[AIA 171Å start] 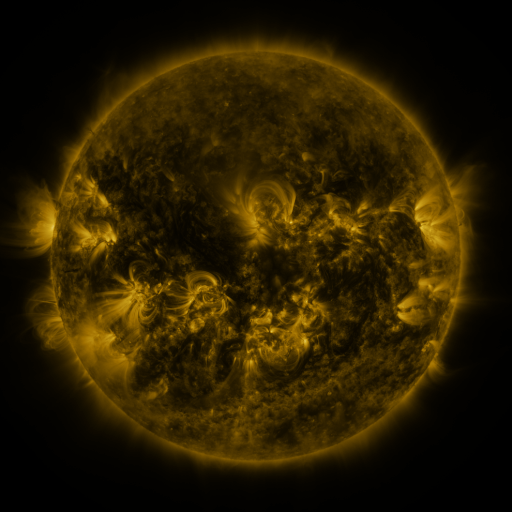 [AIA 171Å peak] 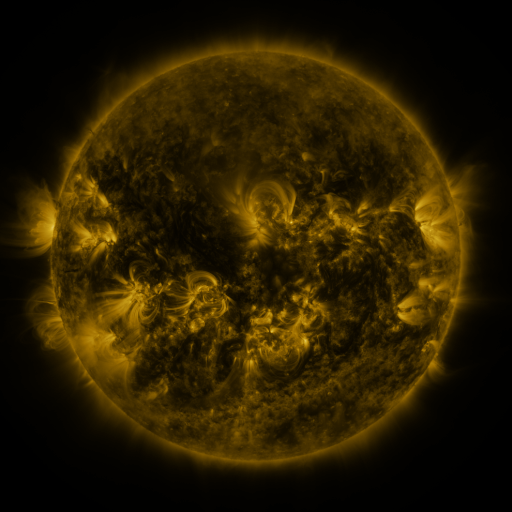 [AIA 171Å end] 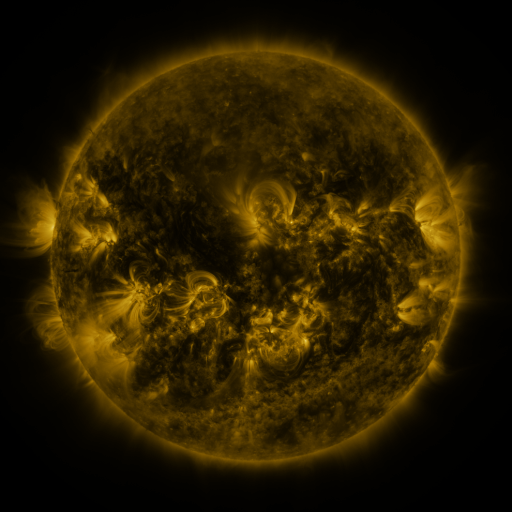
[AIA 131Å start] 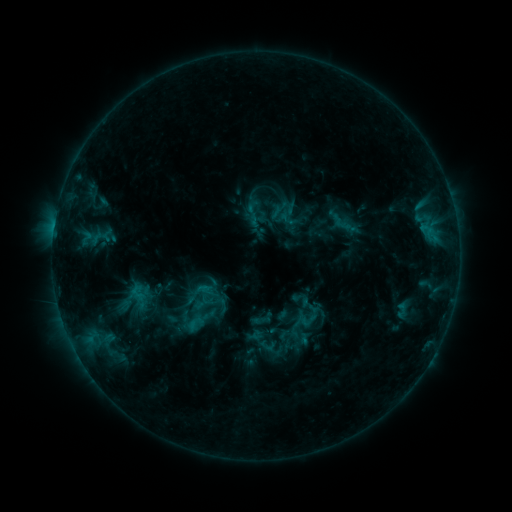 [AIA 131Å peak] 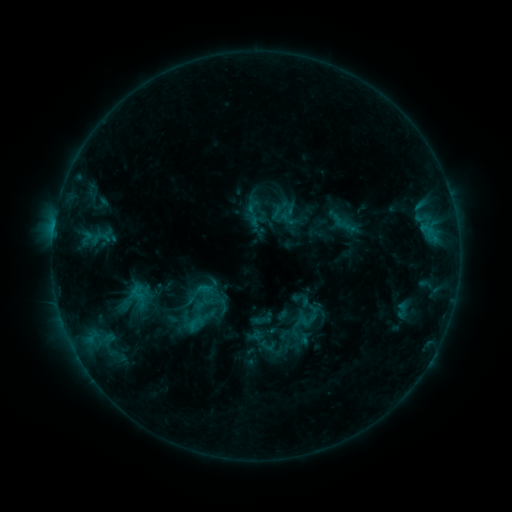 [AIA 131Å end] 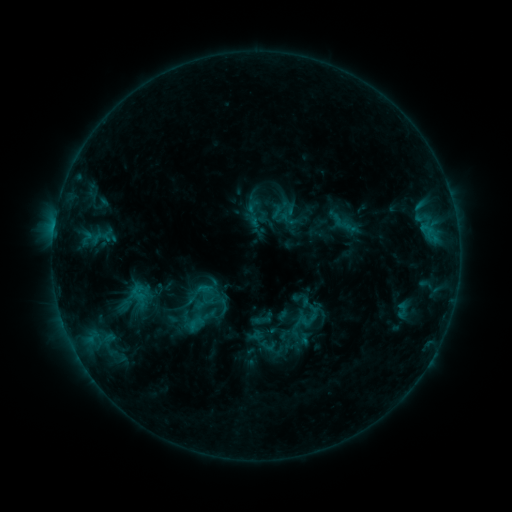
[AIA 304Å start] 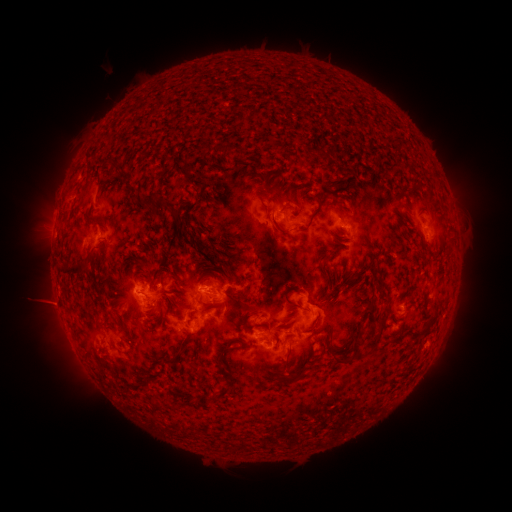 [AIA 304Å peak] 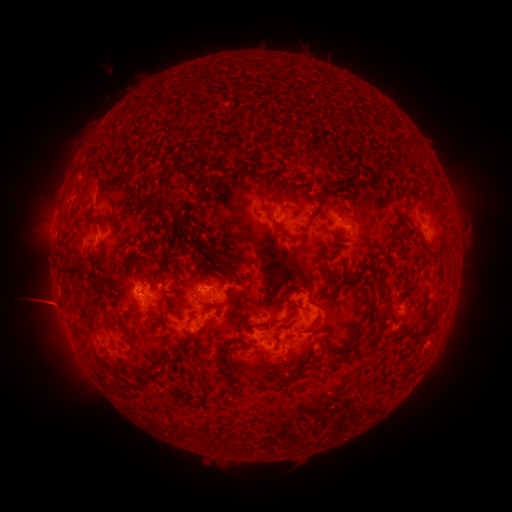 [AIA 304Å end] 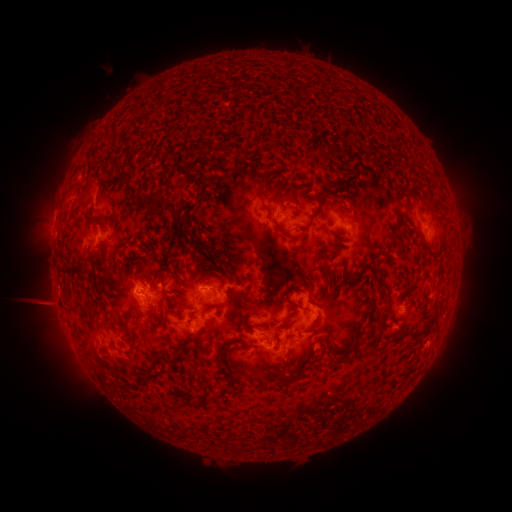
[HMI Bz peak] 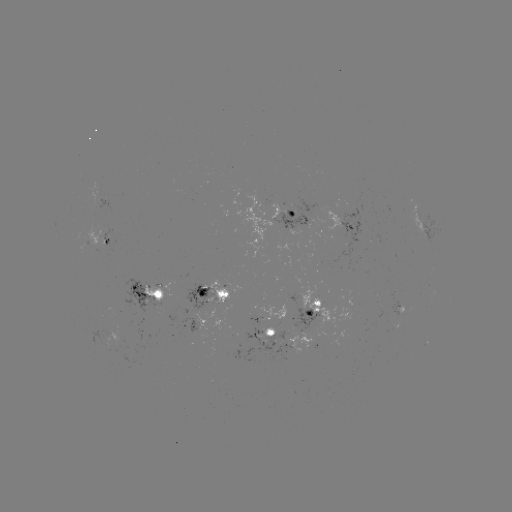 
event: eruption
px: (47, 306)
